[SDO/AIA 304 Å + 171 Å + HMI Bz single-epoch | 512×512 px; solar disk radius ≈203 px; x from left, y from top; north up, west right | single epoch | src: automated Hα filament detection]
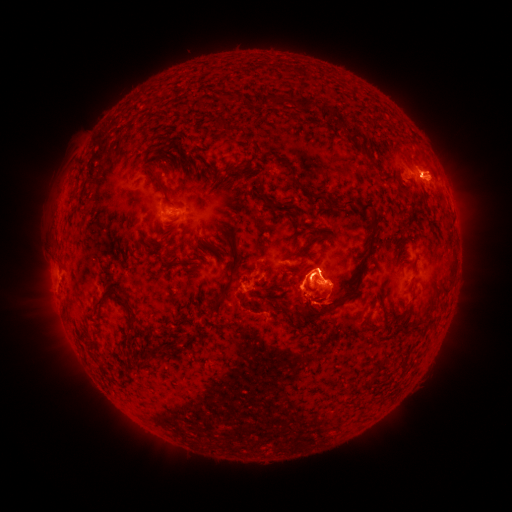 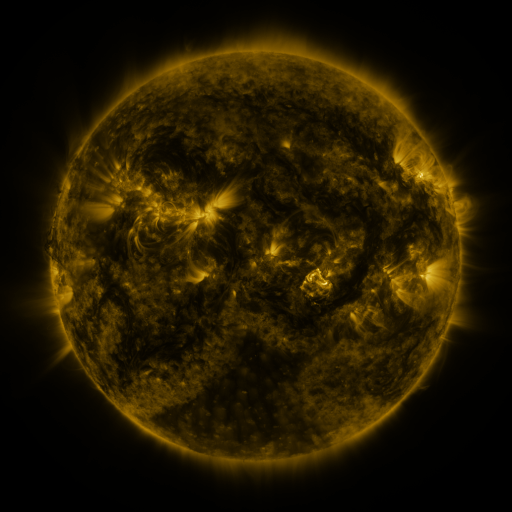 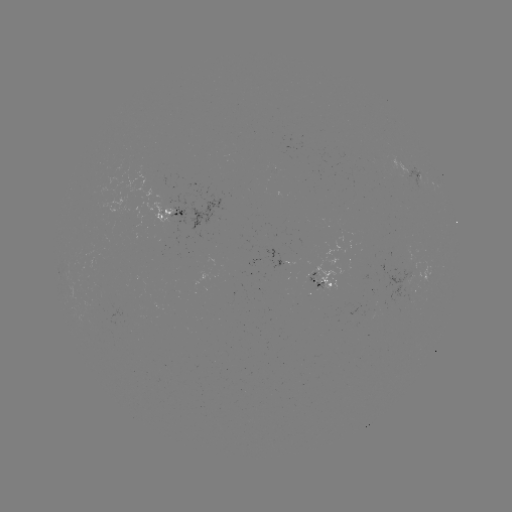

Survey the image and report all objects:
filament: (279, 99)
filament: (305, 104)
filament: (327, 115)
filament: (191, 163)
filament: (157, 180)
filament: (296, 182)
filament: (260, 183)
filament: (316, 198)
filament: (349, 203)
filament: (365, 208)
filament: (320, 237)
filament: (364, 261)
filament: (414, 274)
filament: (231, 278)
filament: (445, 292)
filament: (123, 298)
filament: (99, 302)
filament: (310, 314)
